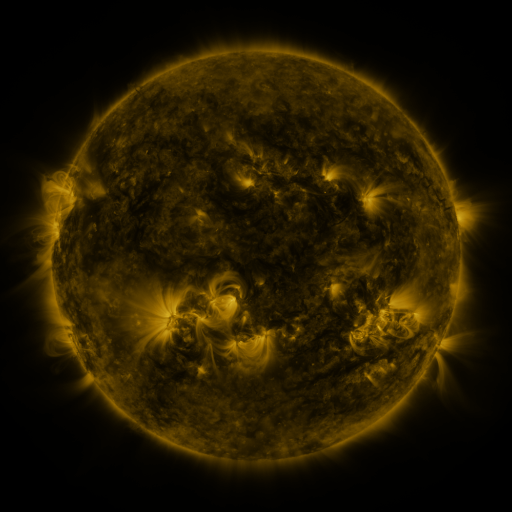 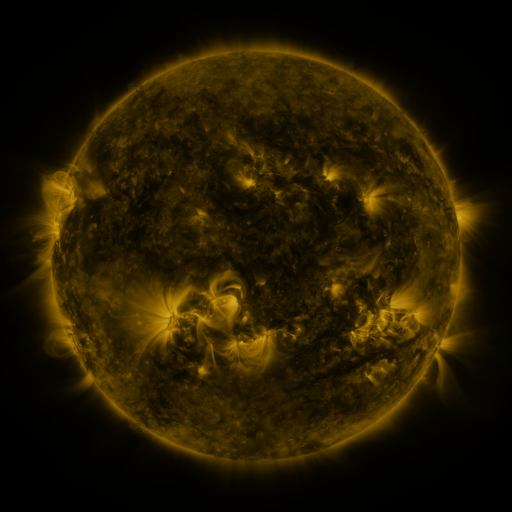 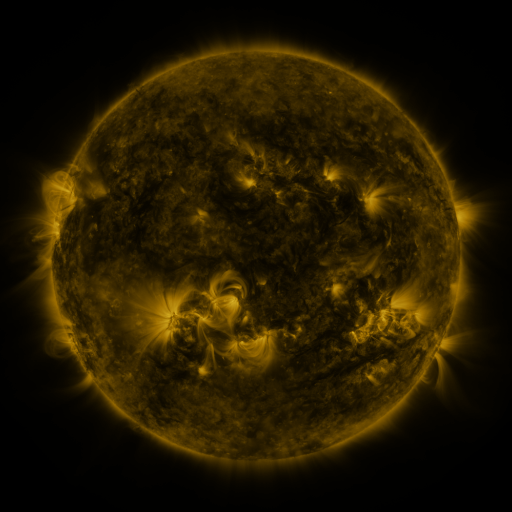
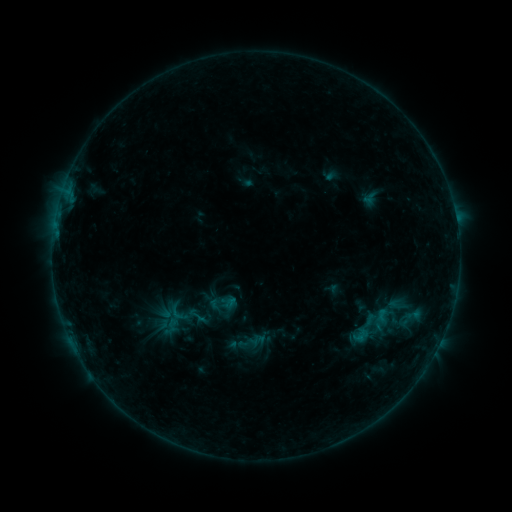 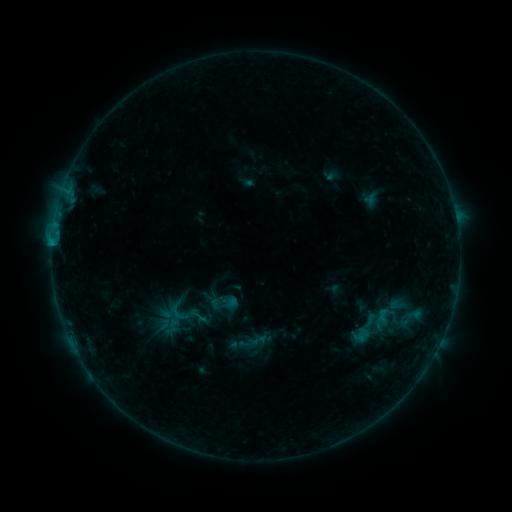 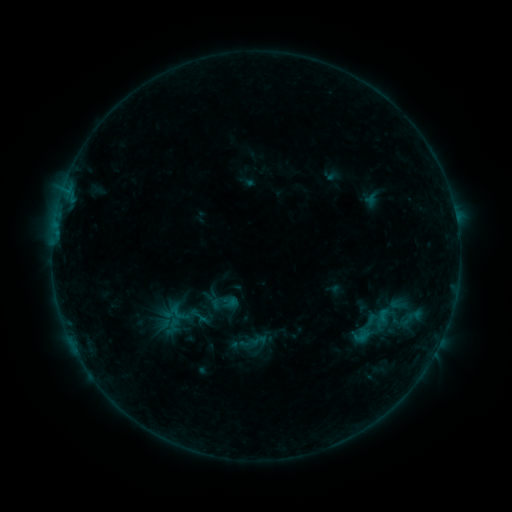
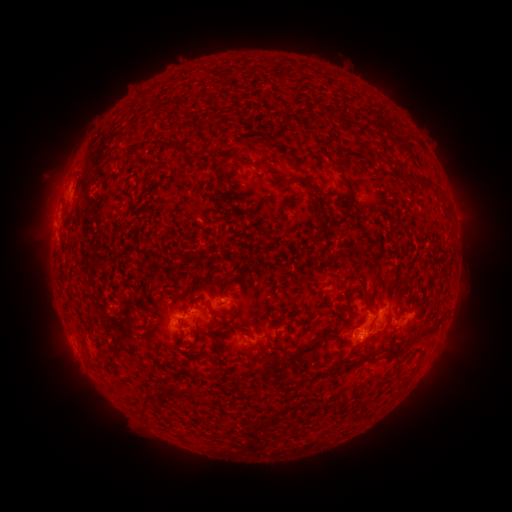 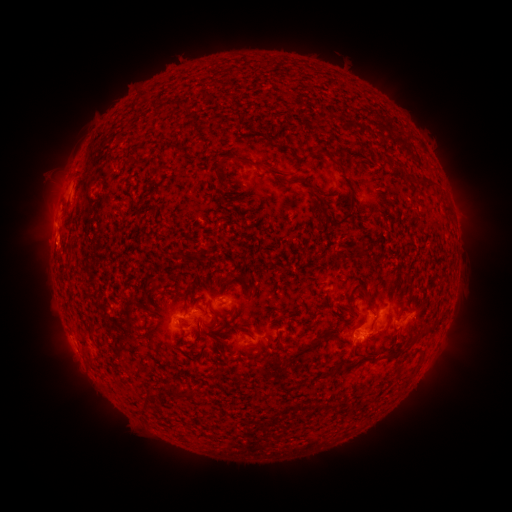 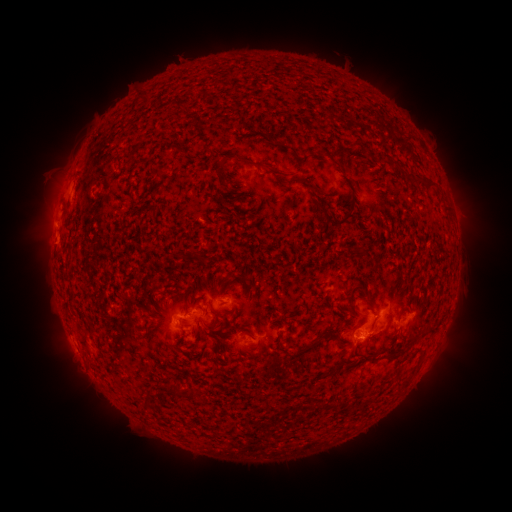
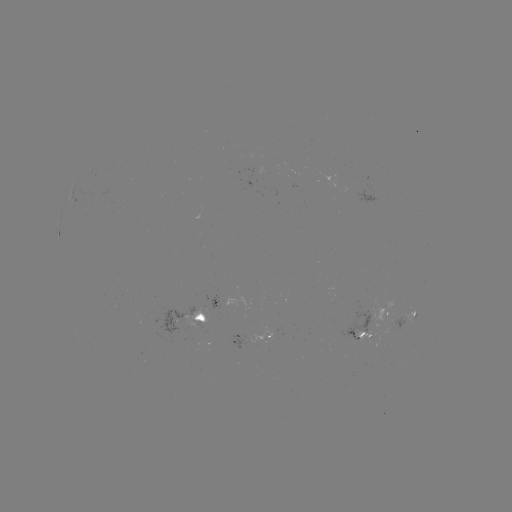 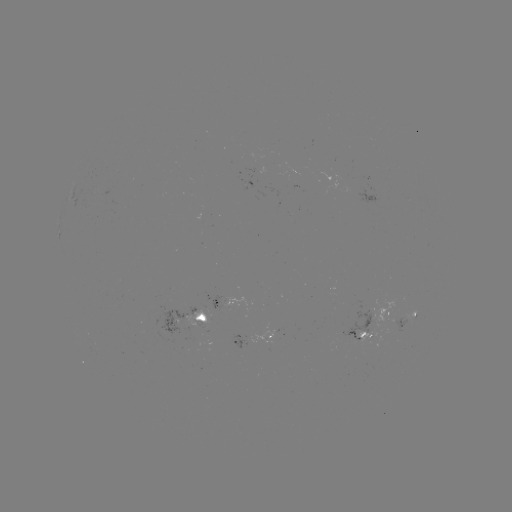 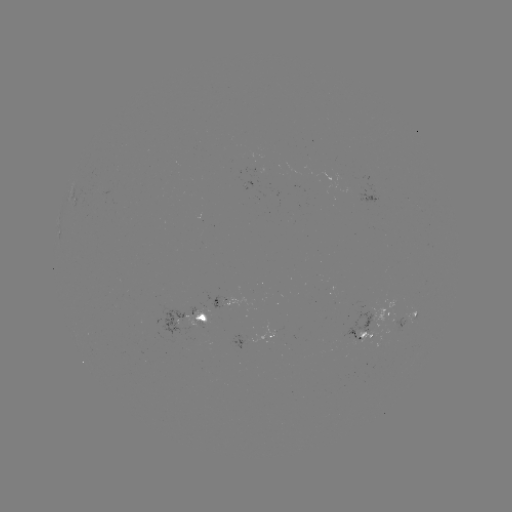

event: flare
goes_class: B8.7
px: (53, 245)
